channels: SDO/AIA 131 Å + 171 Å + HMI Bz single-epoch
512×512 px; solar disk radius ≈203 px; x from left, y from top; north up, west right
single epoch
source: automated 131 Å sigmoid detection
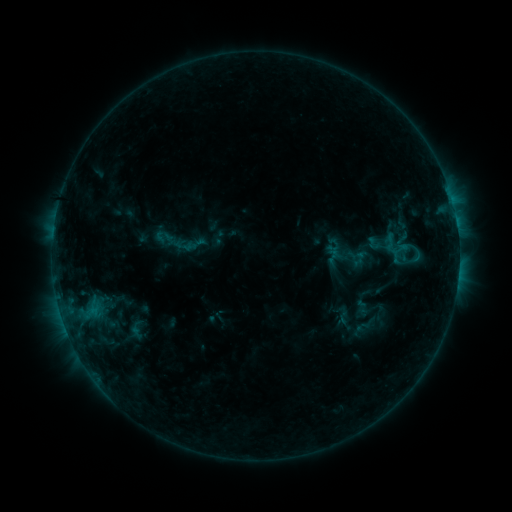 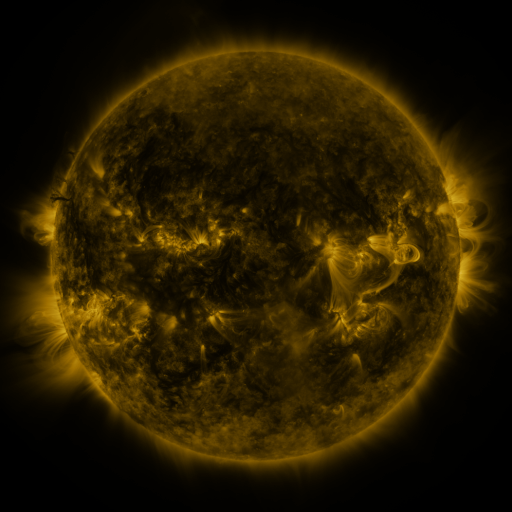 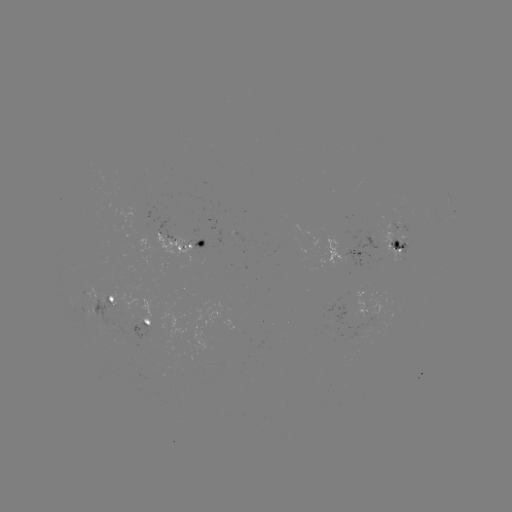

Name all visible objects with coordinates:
sigmoid: (374, 243)
sigmoid: (401, 249)
